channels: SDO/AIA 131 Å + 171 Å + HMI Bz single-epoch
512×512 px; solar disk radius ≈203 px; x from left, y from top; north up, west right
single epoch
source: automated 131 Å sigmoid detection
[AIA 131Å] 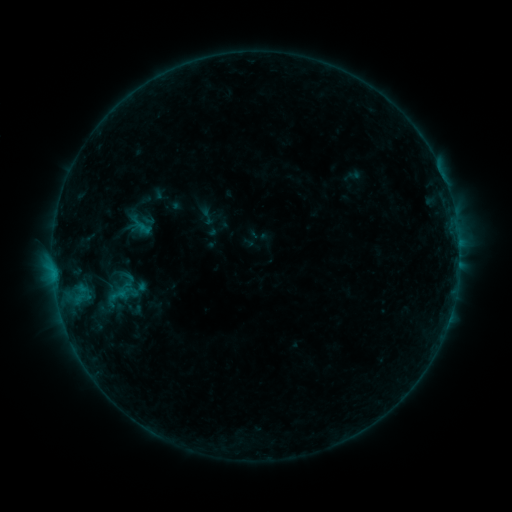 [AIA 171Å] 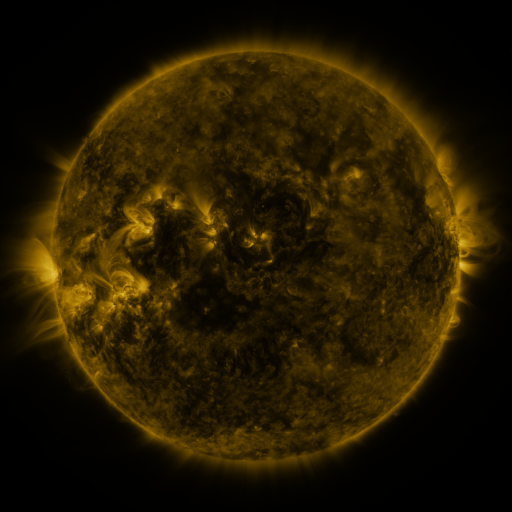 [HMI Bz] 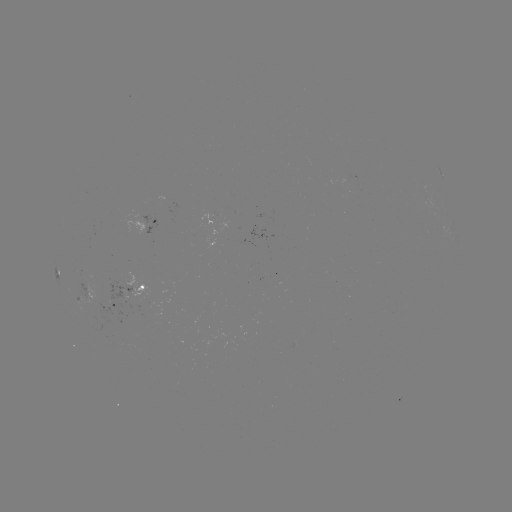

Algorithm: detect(sigmoid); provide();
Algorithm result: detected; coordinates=(207, 217)